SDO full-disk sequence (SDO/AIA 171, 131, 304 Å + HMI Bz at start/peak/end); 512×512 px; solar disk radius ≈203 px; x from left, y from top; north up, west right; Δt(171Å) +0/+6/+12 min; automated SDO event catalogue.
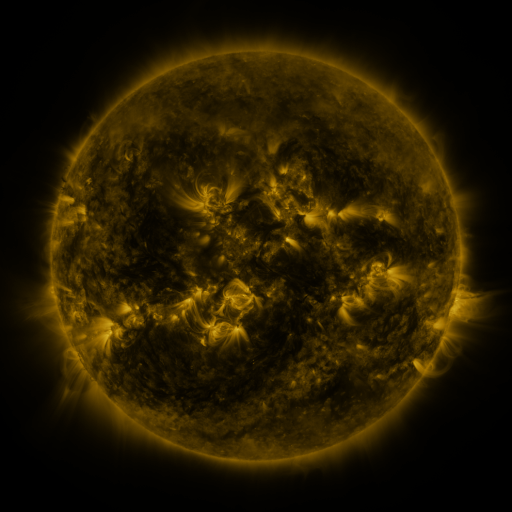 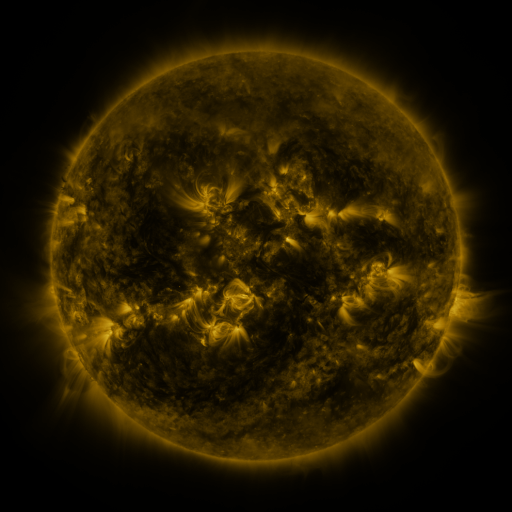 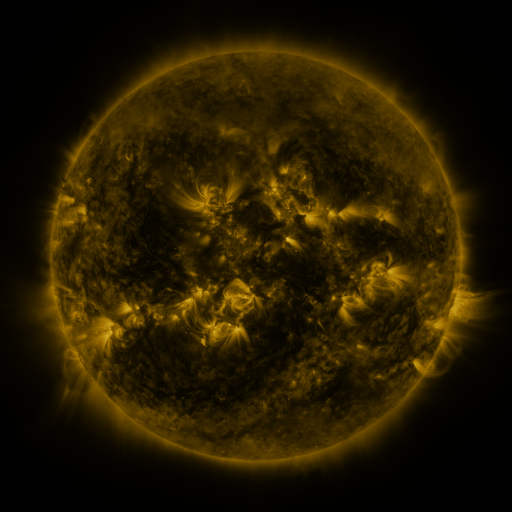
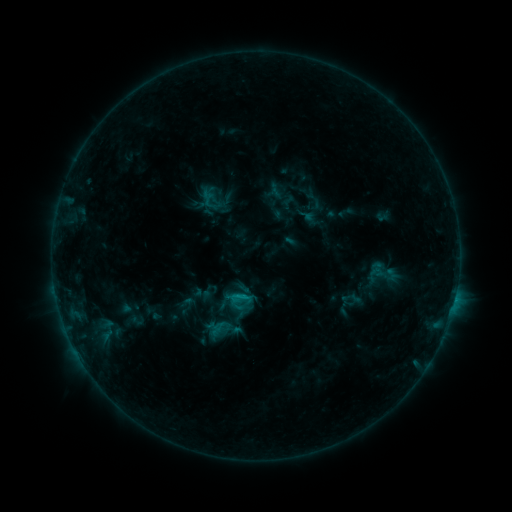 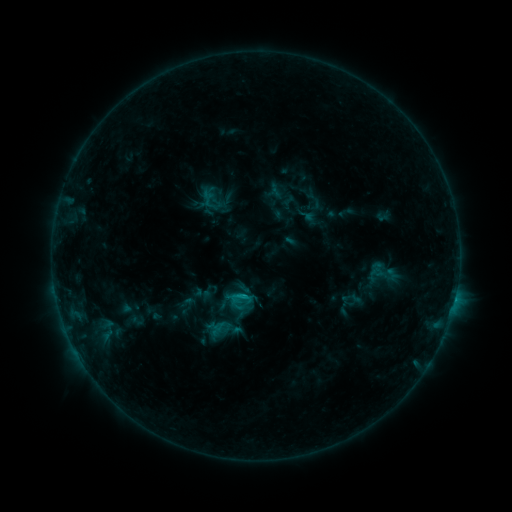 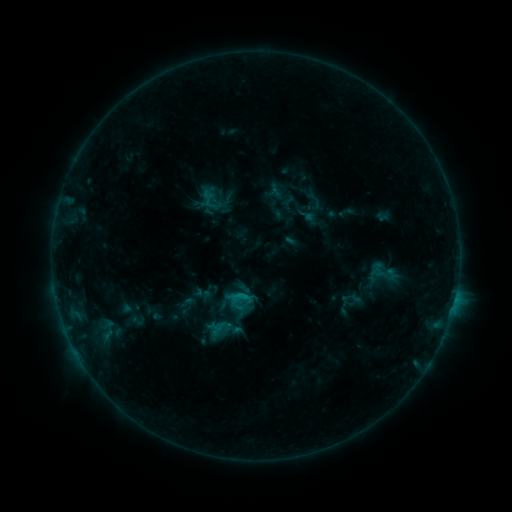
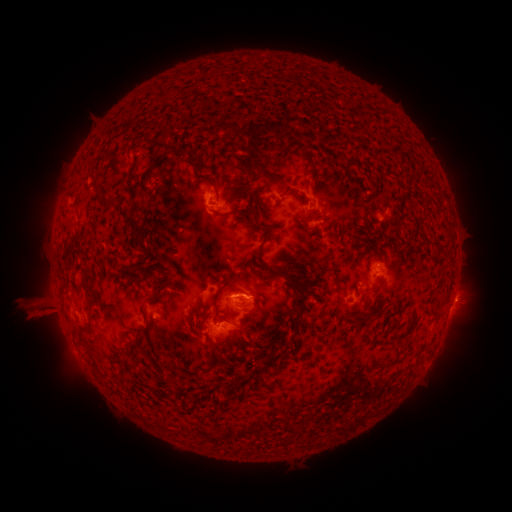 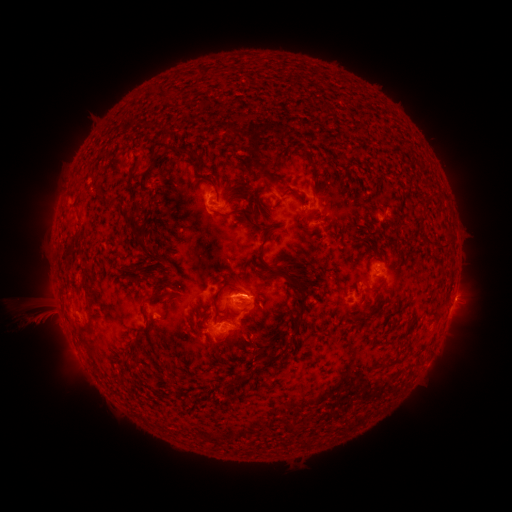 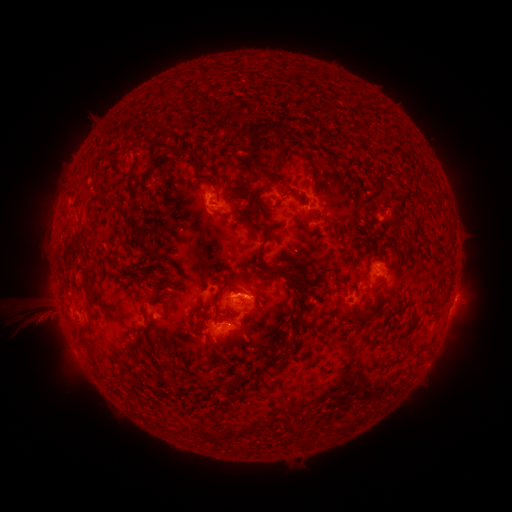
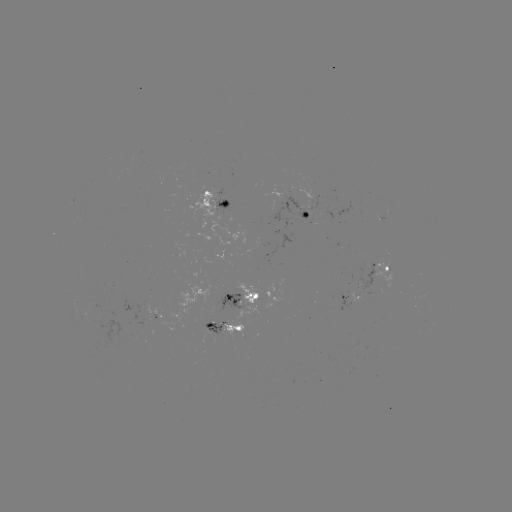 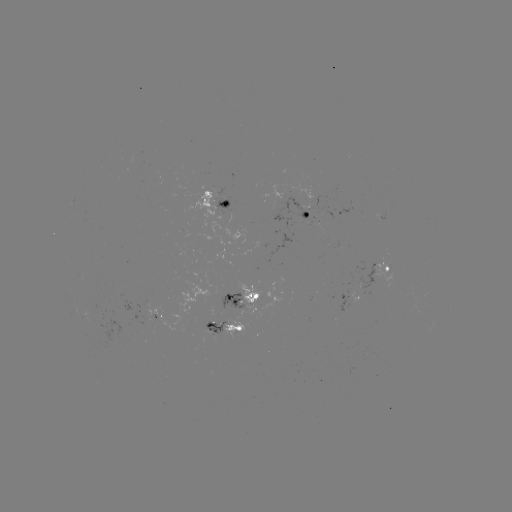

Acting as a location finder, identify eruption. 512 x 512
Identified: (35, 318).